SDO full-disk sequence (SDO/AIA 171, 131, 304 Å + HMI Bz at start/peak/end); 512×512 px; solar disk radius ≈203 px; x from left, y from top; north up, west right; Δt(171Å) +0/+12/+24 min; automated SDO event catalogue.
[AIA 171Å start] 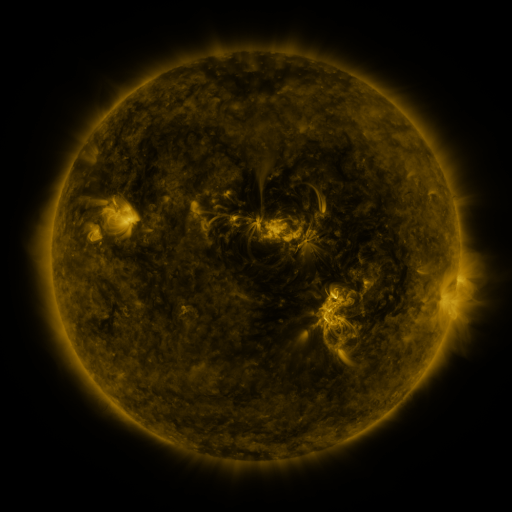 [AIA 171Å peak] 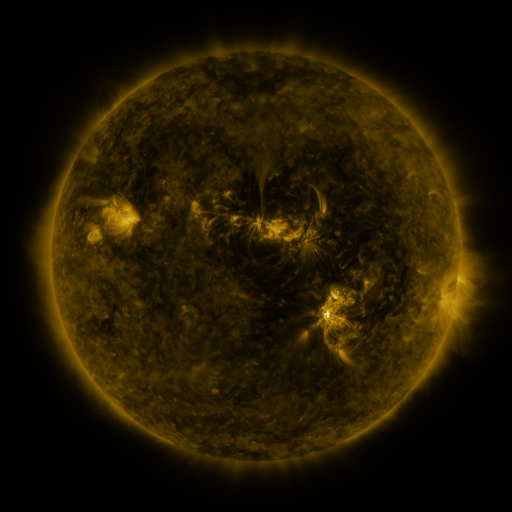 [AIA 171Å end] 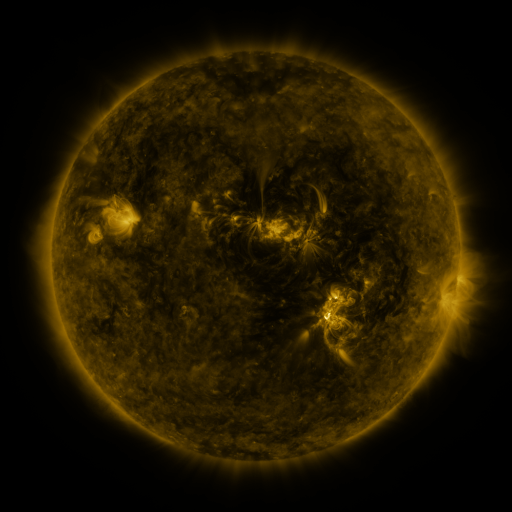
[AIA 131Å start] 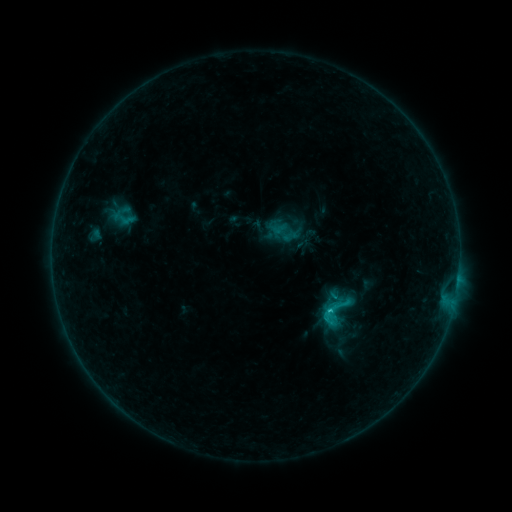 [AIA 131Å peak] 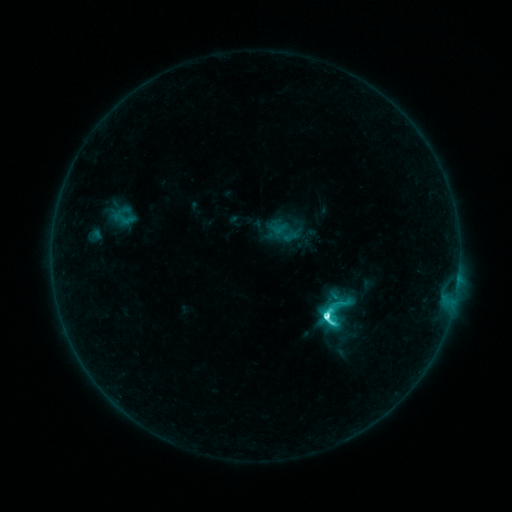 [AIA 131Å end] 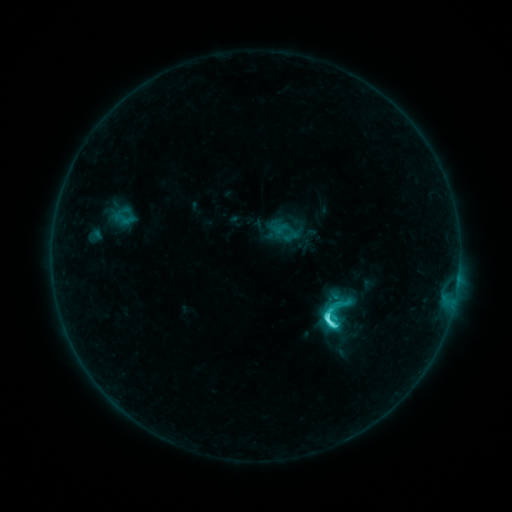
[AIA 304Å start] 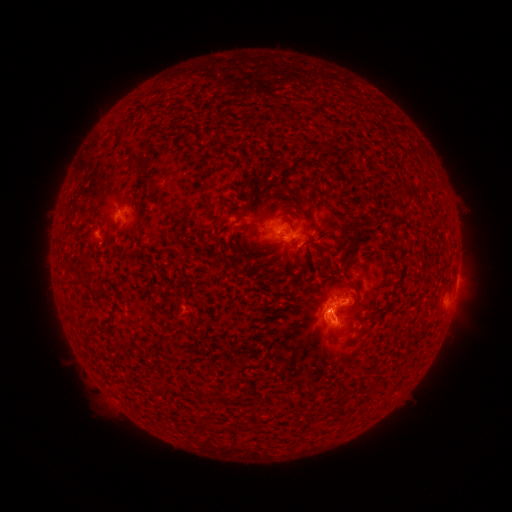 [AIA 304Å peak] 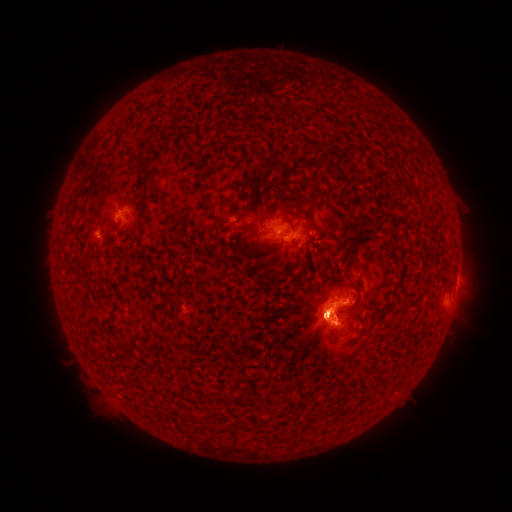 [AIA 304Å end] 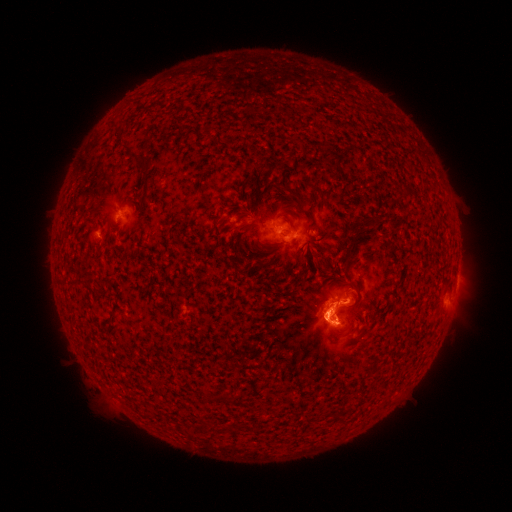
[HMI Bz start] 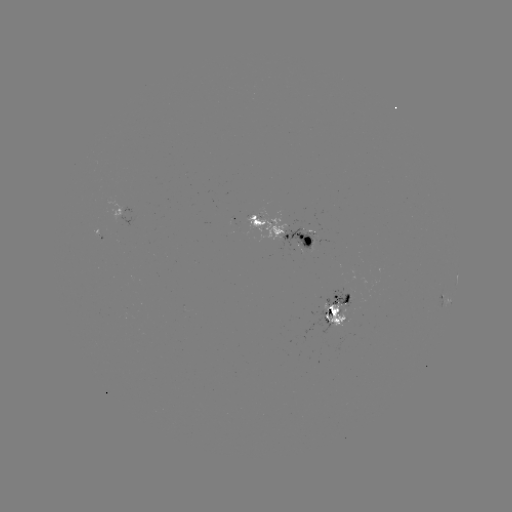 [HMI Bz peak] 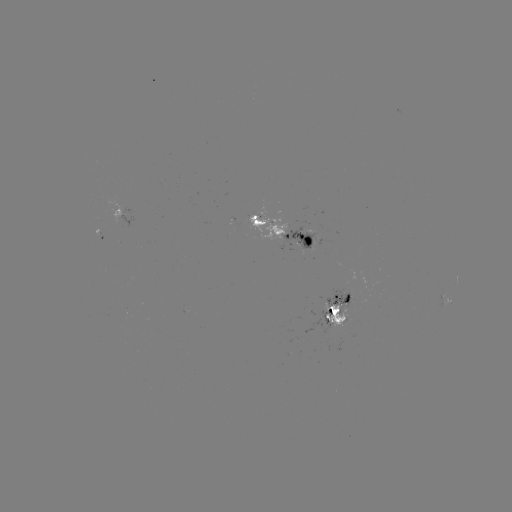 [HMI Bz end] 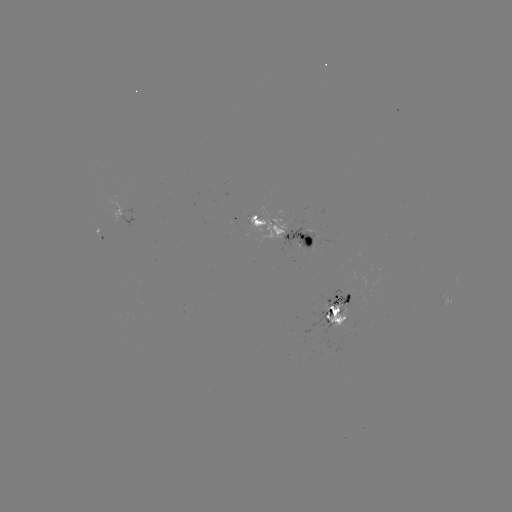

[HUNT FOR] C6.9 flare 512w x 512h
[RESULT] (324, 314)